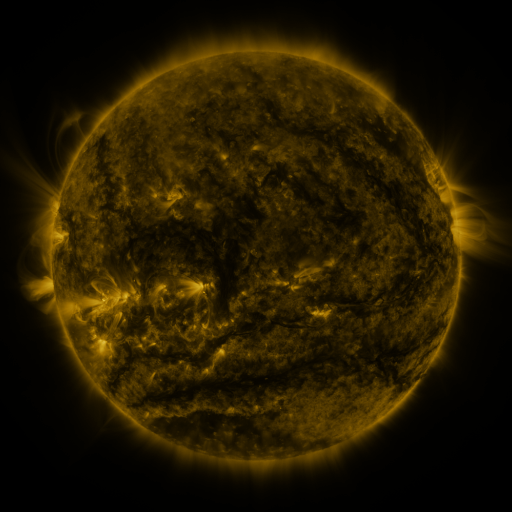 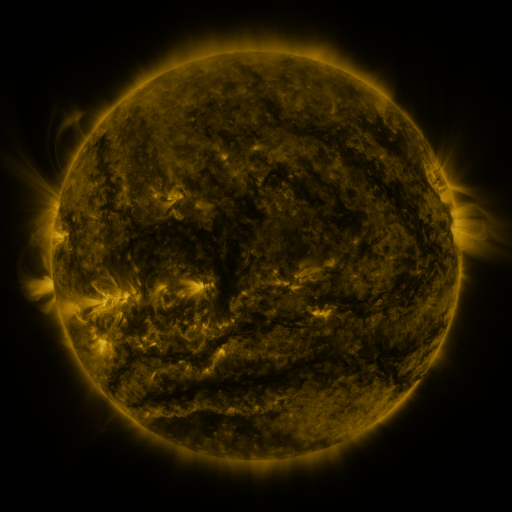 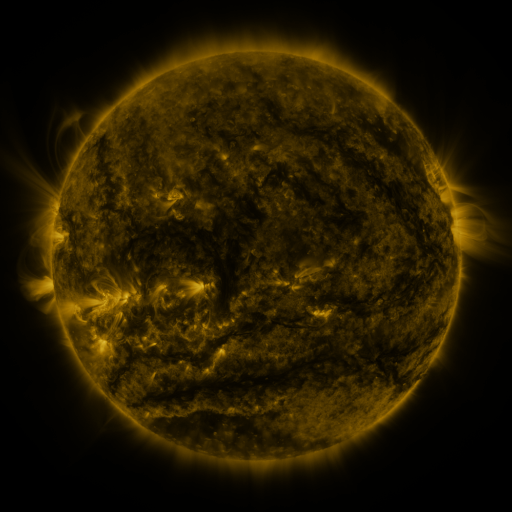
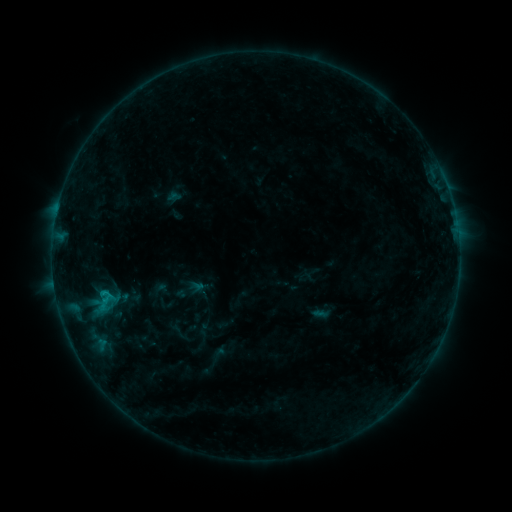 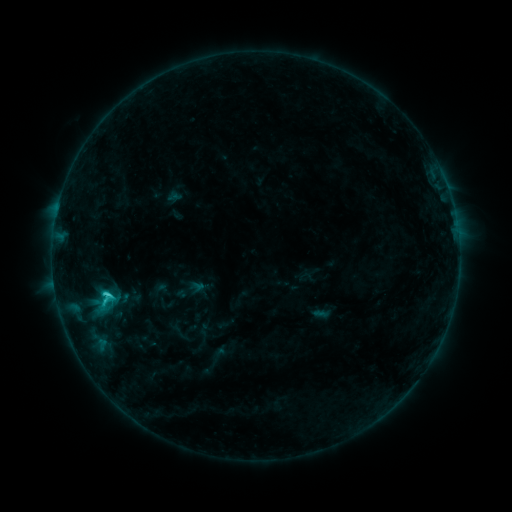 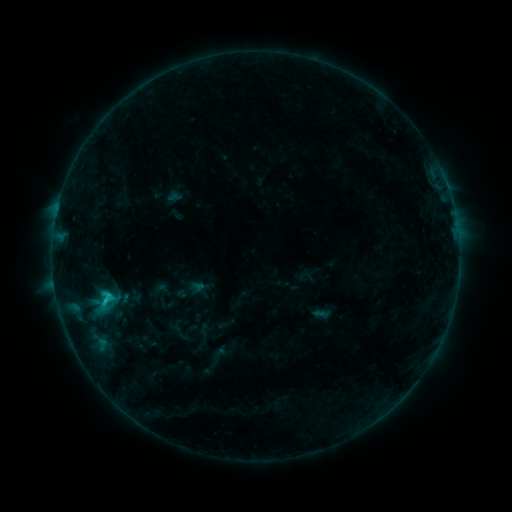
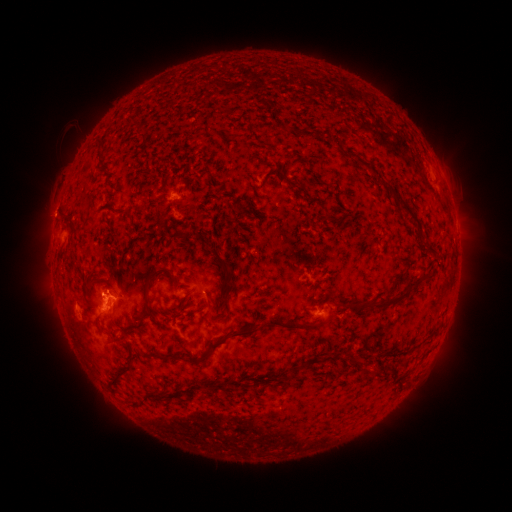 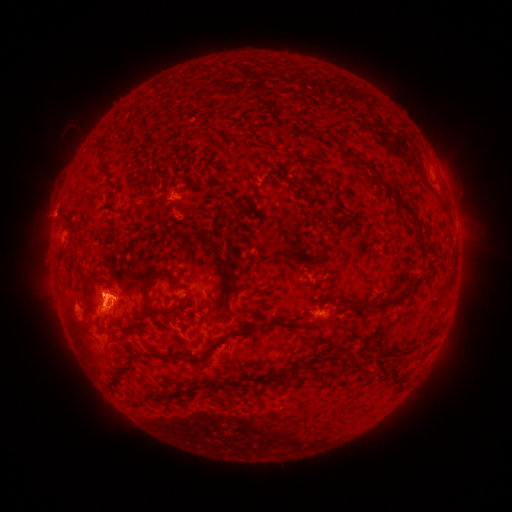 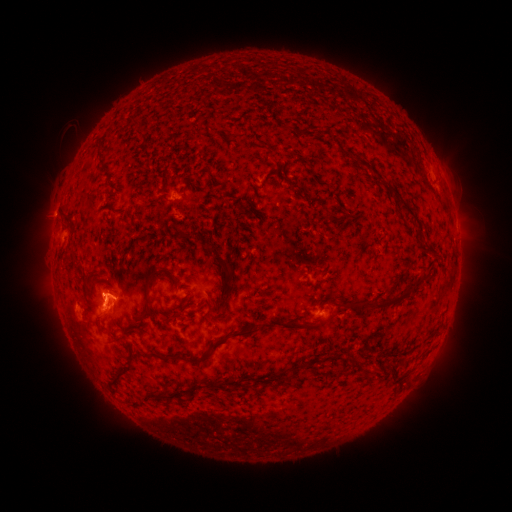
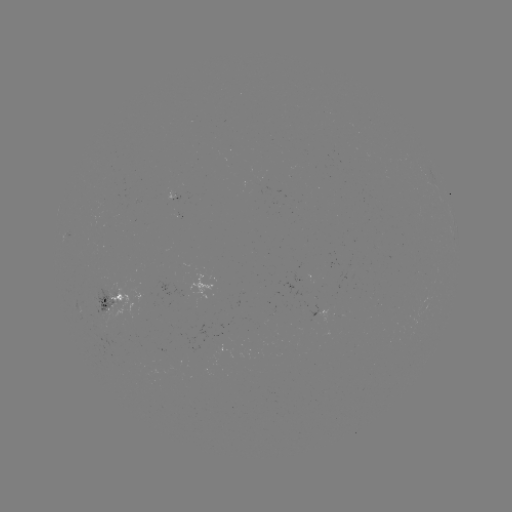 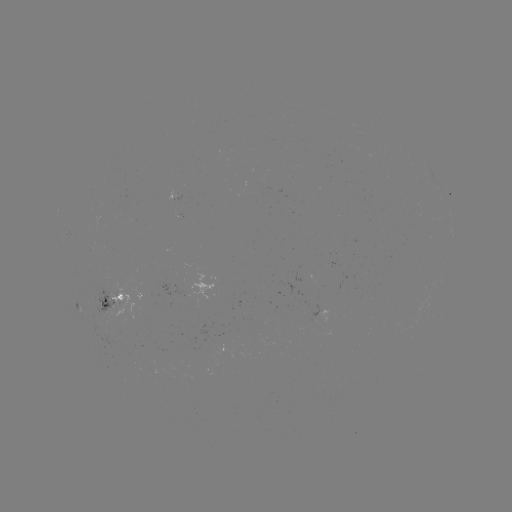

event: flare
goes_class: C1.8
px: (106, 292)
